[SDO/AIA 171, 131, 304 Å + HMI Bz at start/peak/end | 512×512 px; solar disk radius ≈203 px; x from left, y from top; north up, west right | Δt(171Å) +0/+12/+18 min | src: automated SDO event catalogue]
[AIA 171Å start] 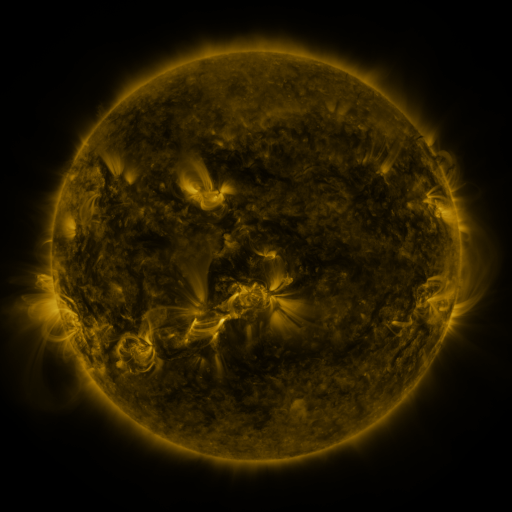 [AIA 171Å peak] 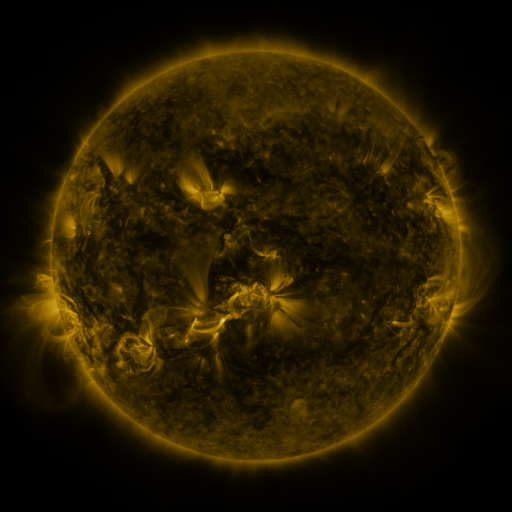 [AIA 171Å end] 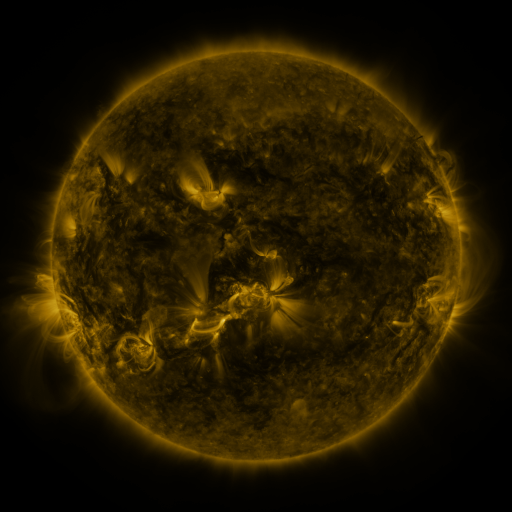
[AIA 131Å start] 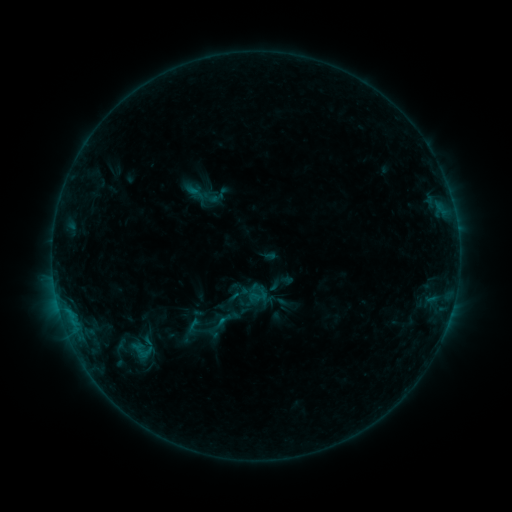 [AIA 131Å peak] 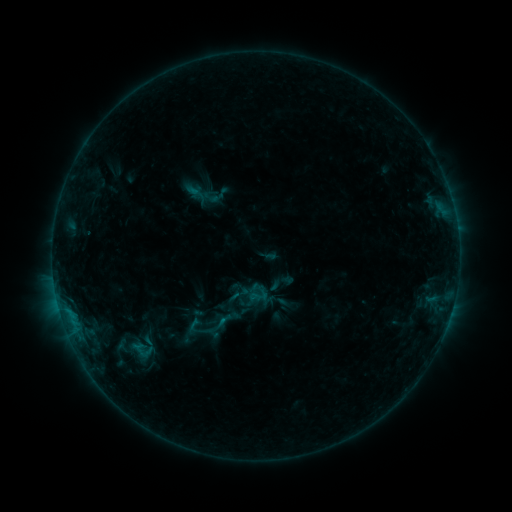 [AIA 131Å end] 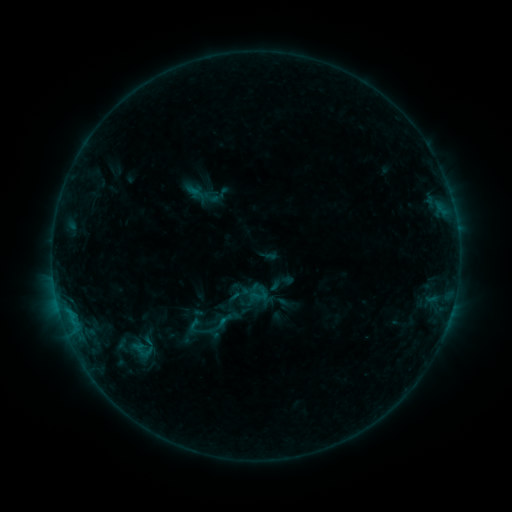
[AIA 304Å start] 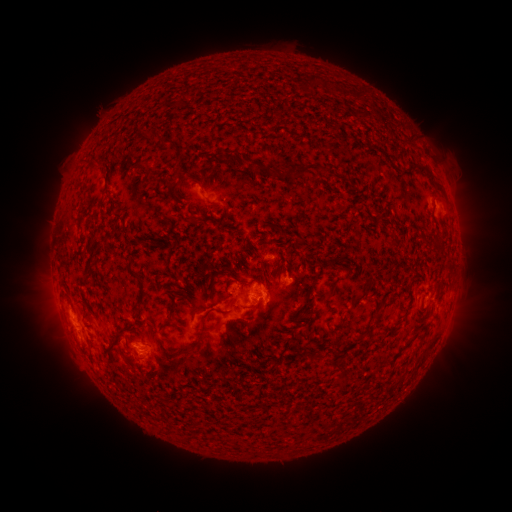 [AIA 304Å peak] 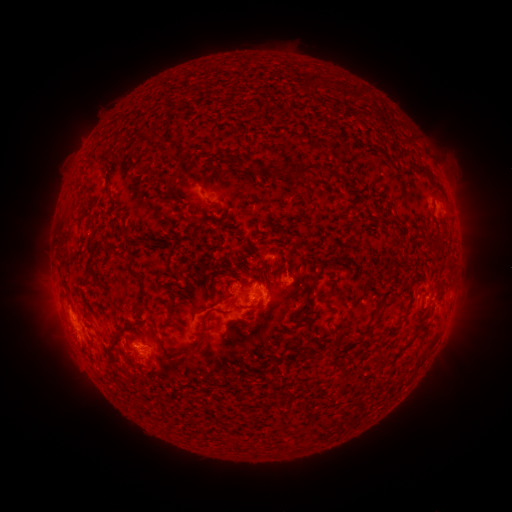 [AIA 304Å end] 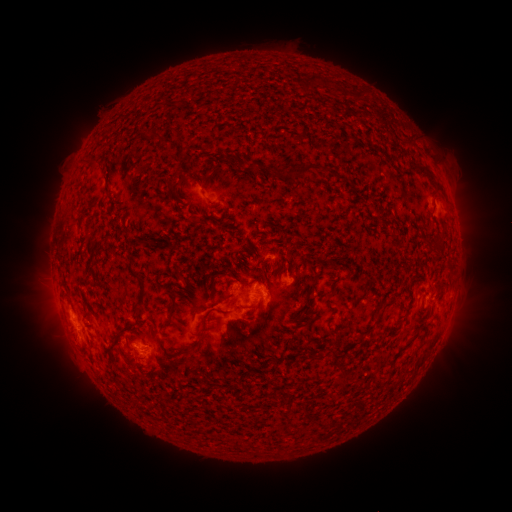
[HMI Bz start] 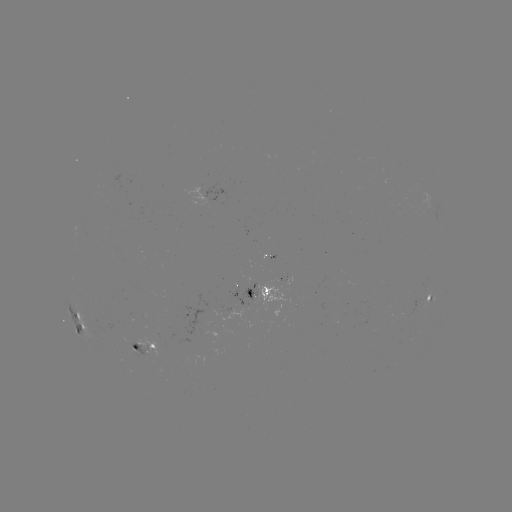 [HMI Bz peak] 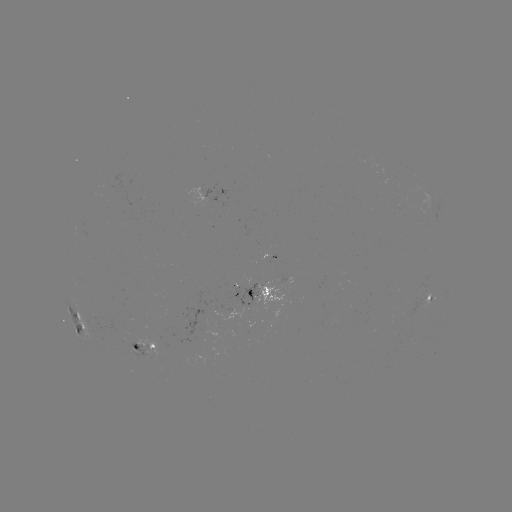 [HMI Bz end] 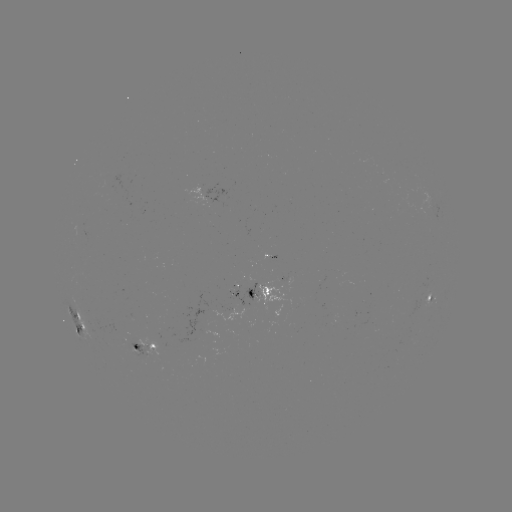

no classed flare was catalogued and no EUV brightening was flagged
